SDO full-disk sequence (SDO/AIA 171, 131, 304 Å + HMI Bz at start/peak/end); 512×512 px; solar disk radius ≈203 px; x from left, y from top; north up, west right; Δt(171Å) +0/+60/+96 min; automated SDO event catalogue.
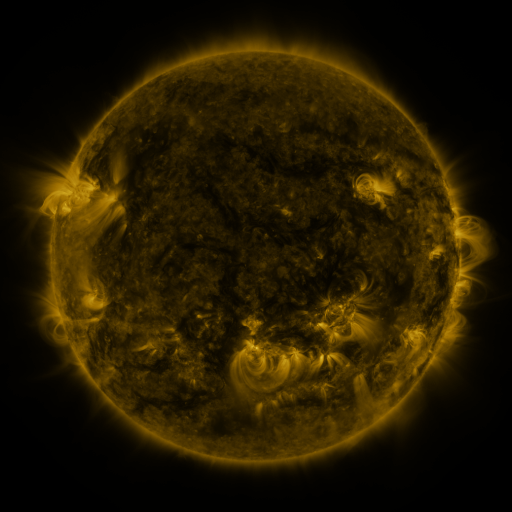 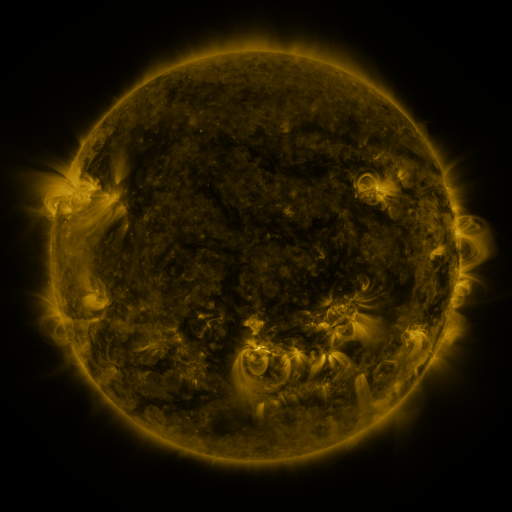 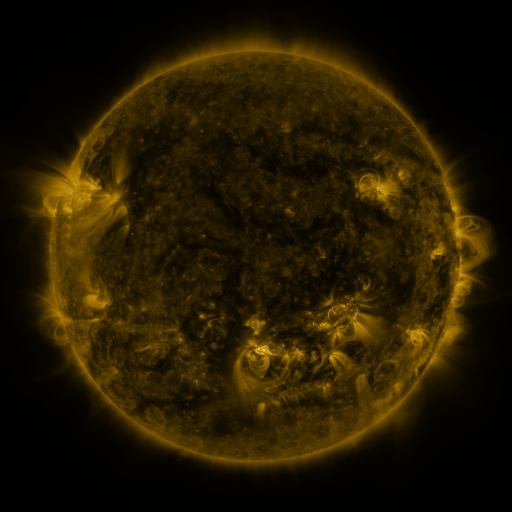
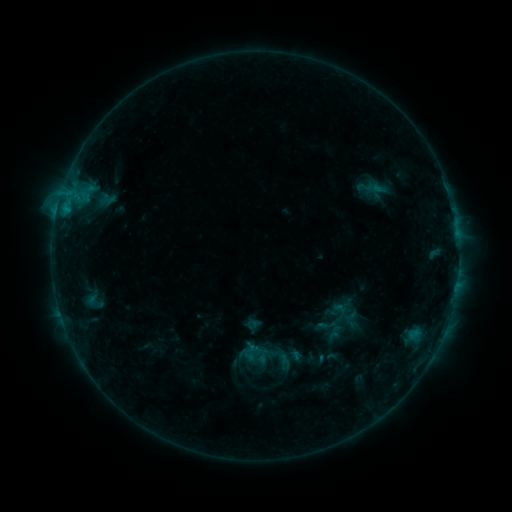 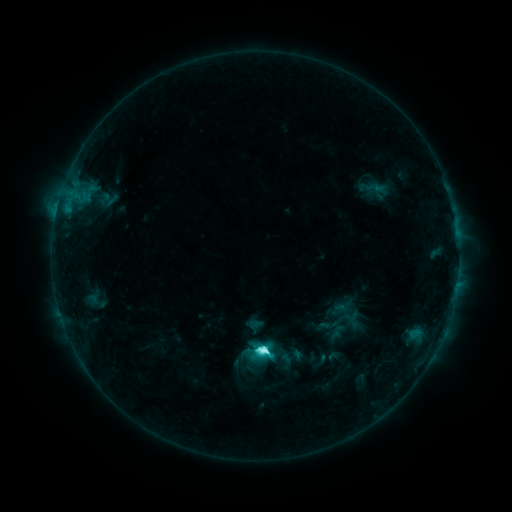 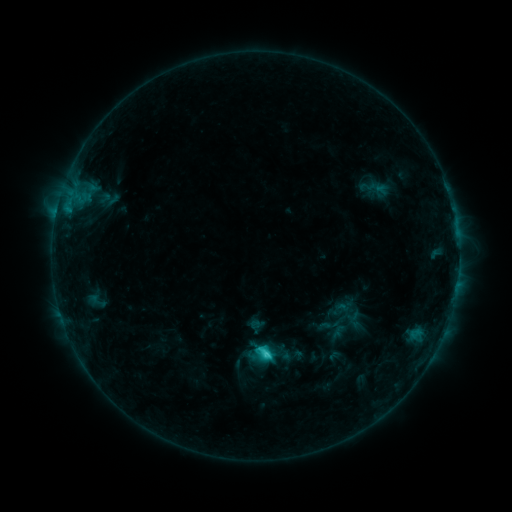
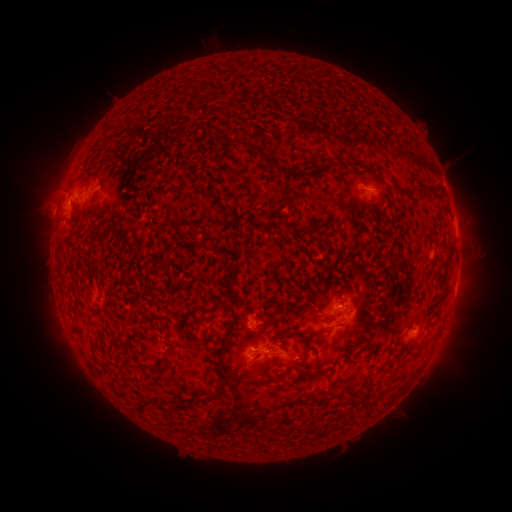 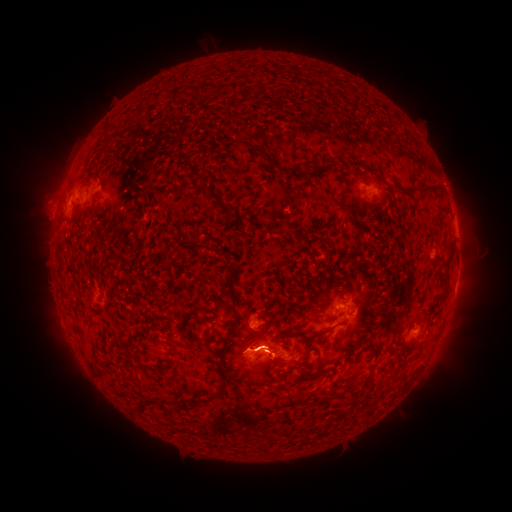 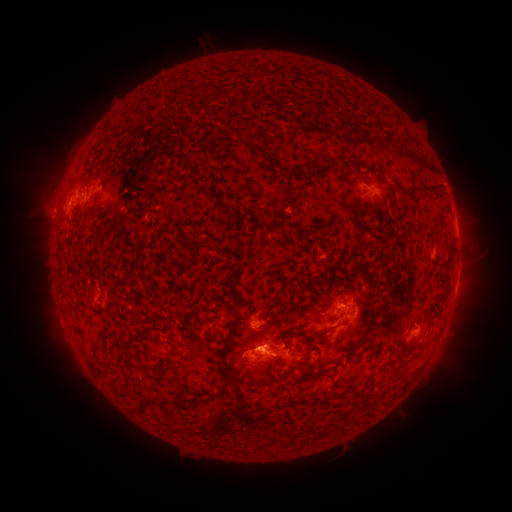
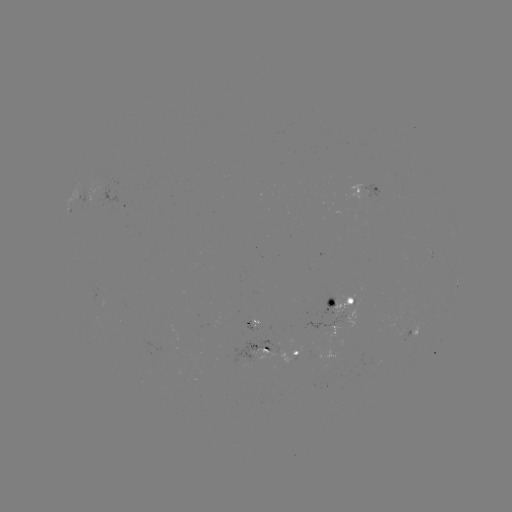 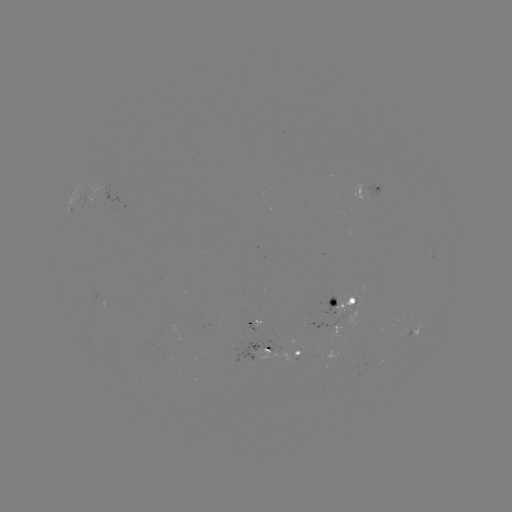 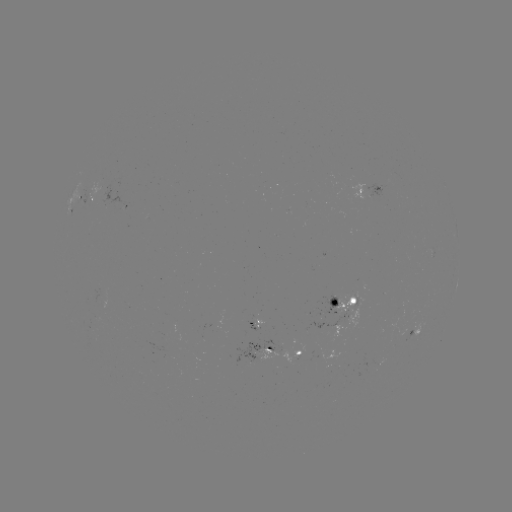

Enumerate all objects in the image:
emerging-flux region: (405, 325)
